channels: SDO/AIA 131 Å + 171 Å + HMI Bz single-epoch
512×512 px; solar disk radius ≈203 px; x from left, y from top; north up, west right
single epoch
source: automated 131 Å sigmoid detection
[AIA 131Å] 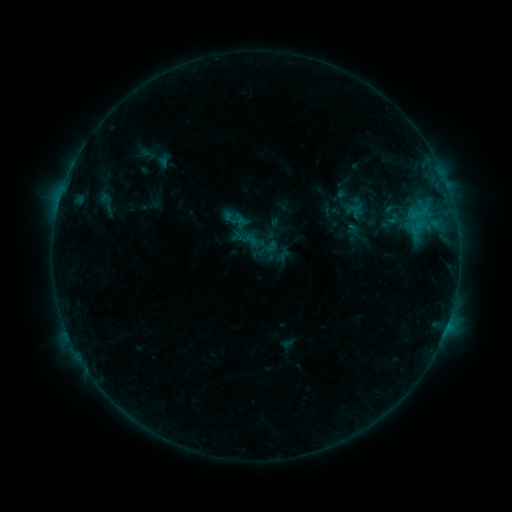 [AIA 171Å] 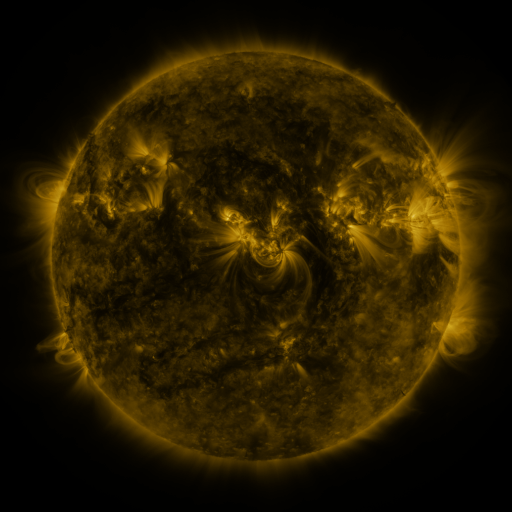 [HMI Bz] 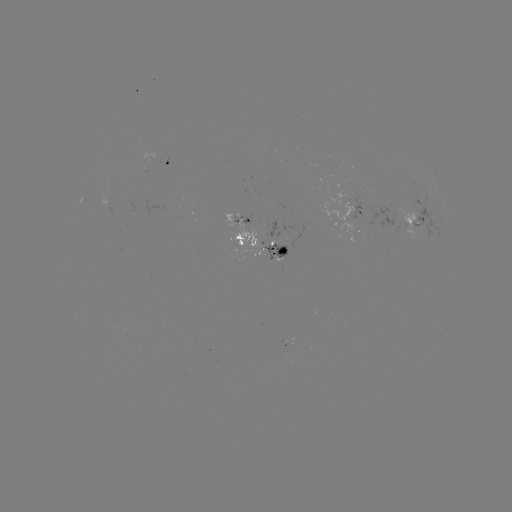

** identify sigmoid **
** [269, 247] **